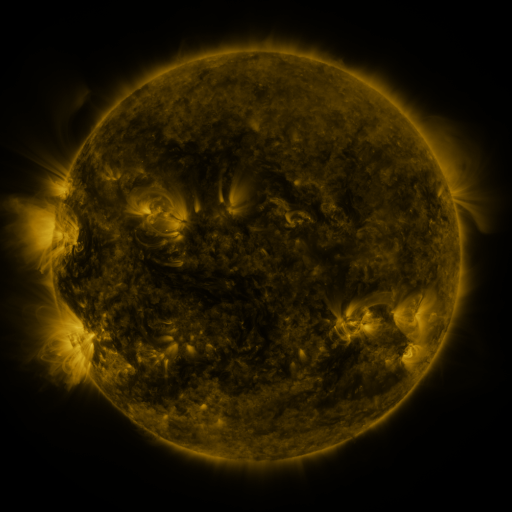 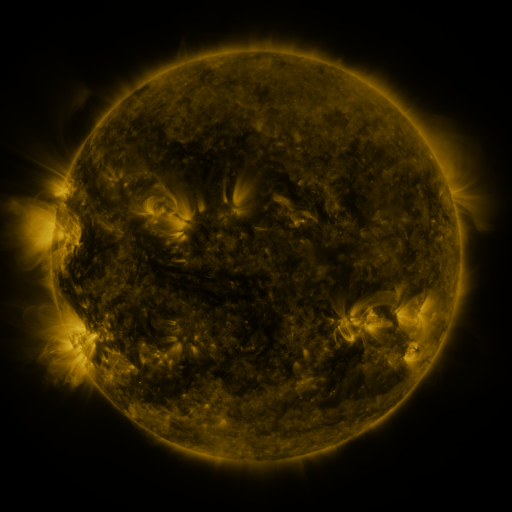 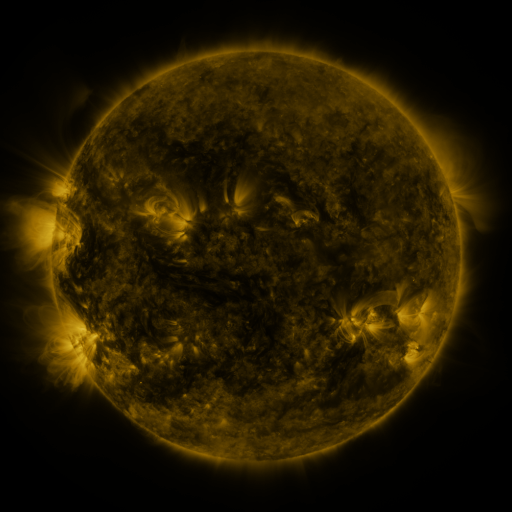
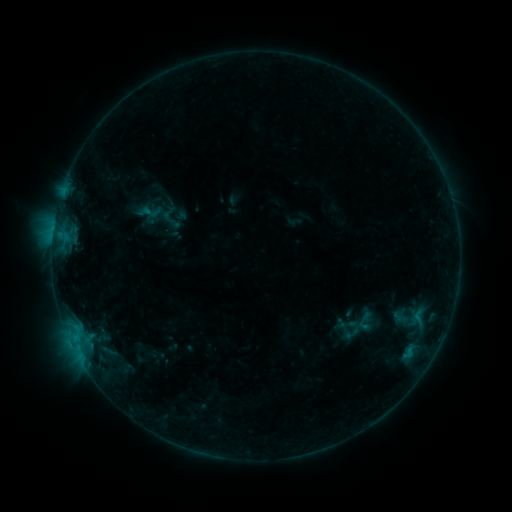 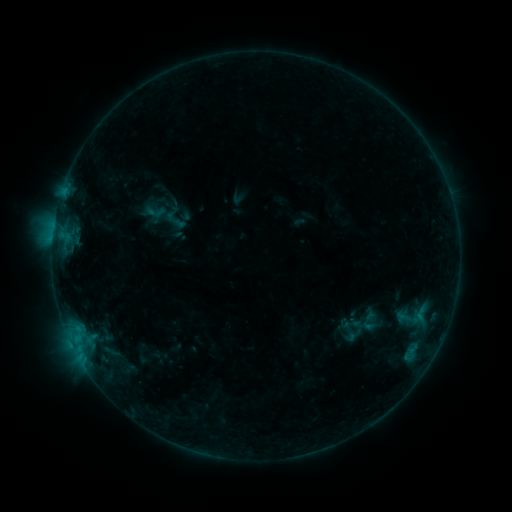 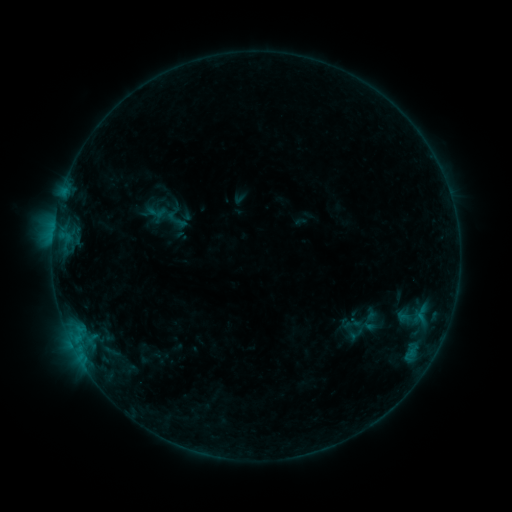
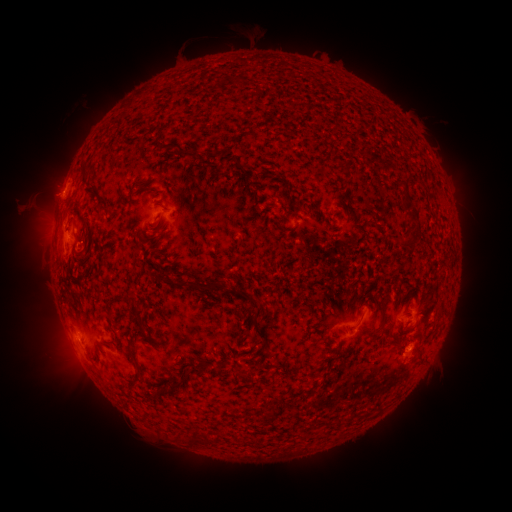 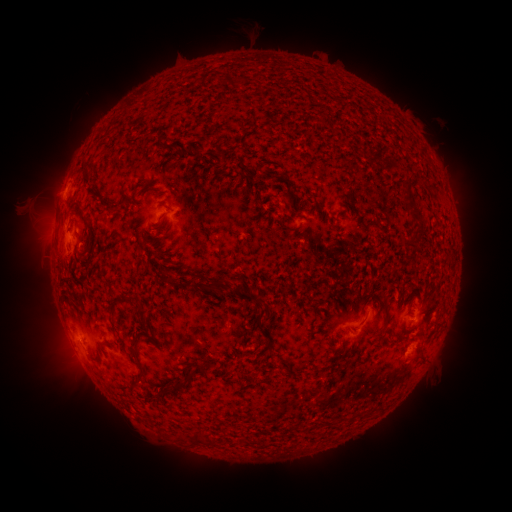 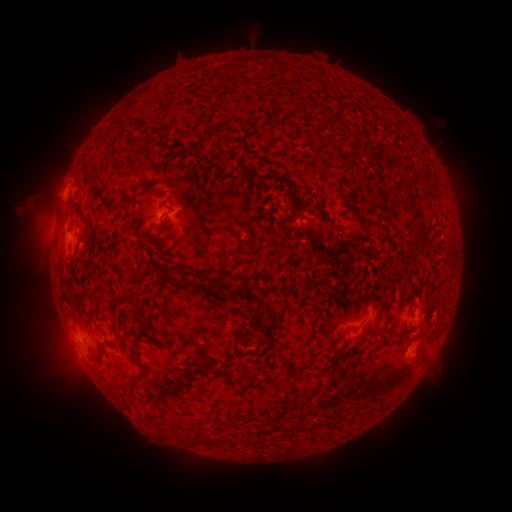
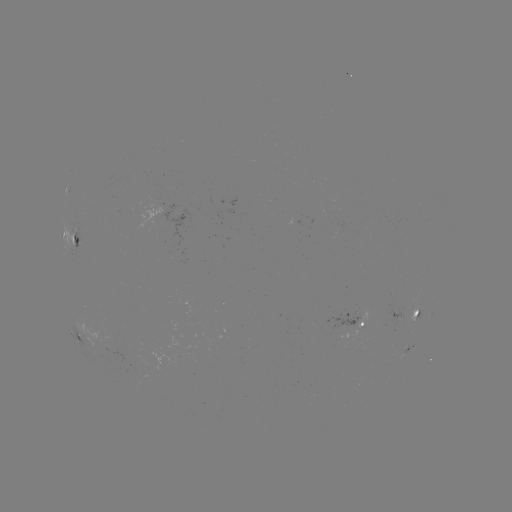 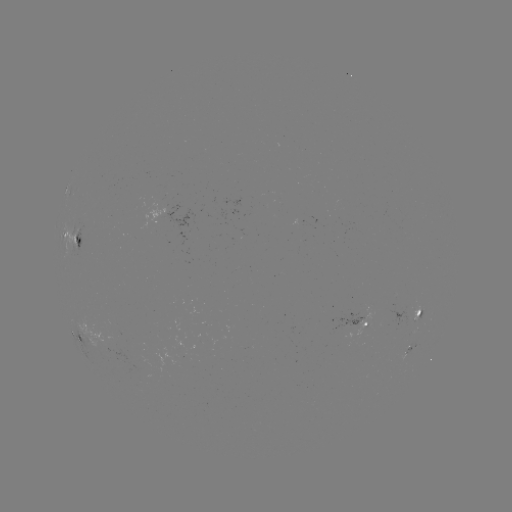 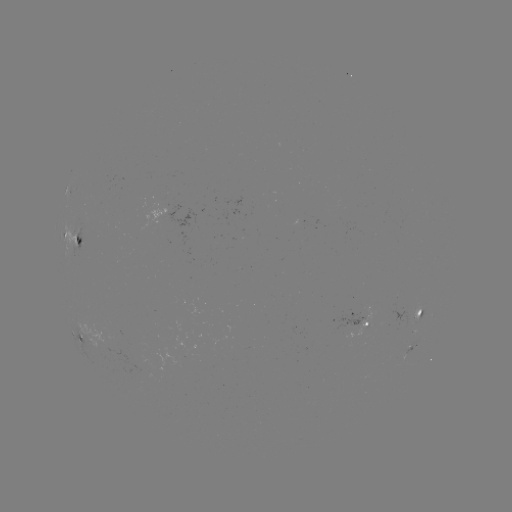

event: emerging-flux region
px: (404, 317)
